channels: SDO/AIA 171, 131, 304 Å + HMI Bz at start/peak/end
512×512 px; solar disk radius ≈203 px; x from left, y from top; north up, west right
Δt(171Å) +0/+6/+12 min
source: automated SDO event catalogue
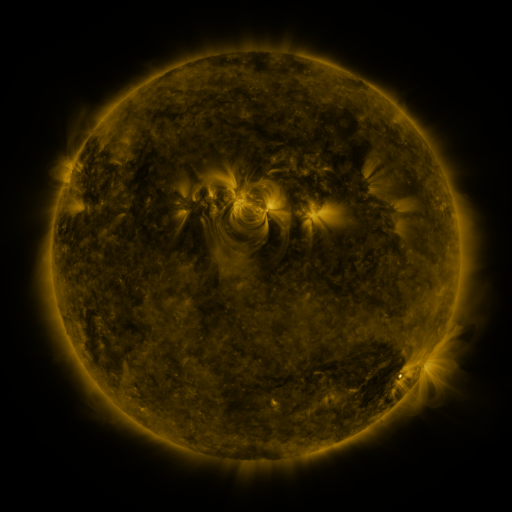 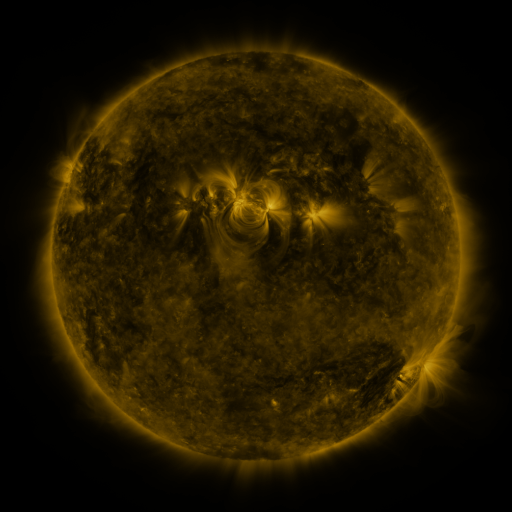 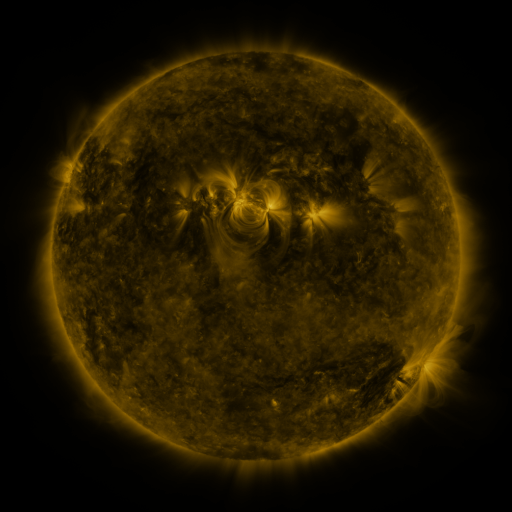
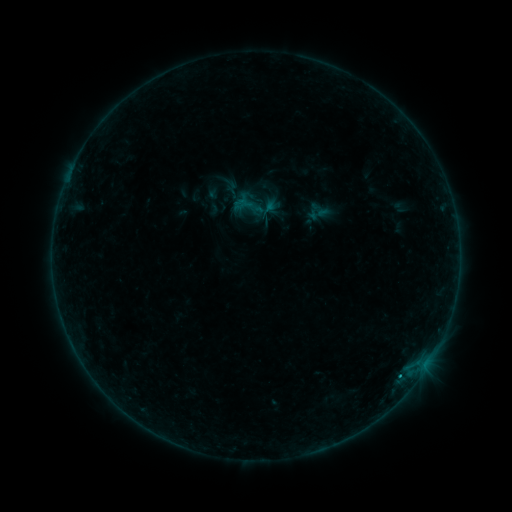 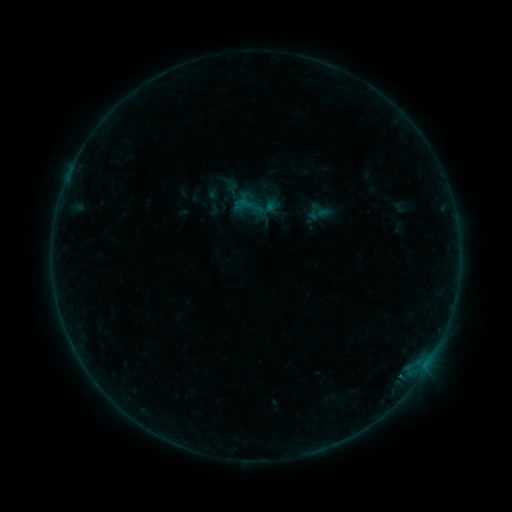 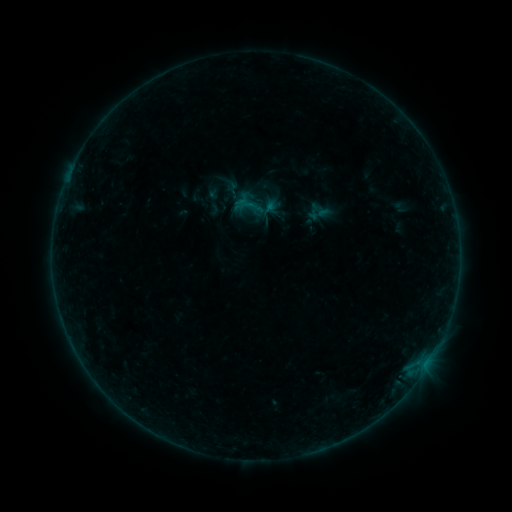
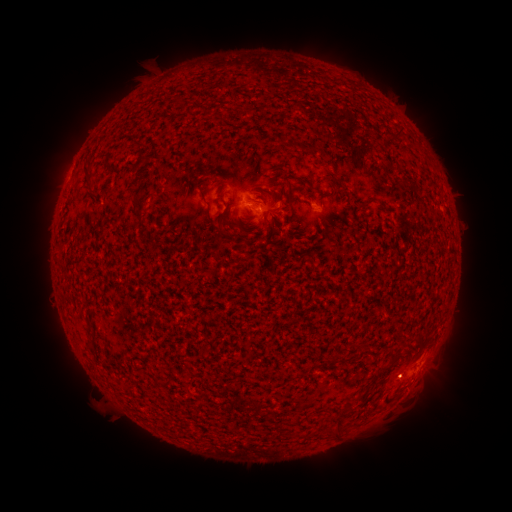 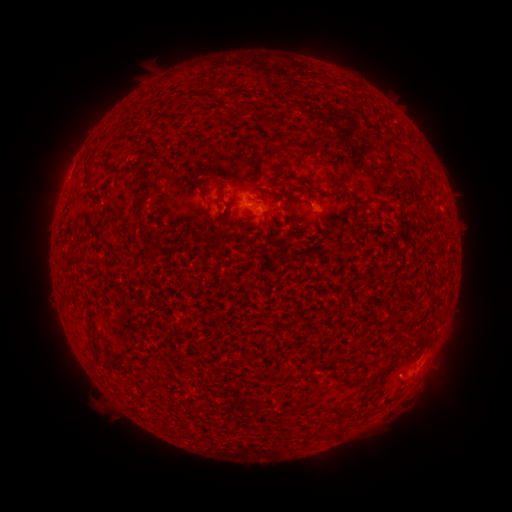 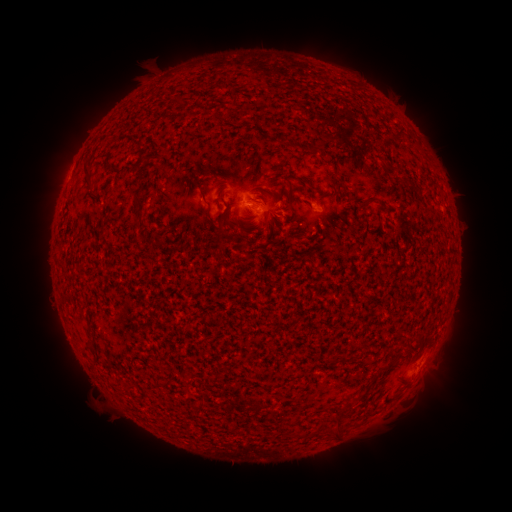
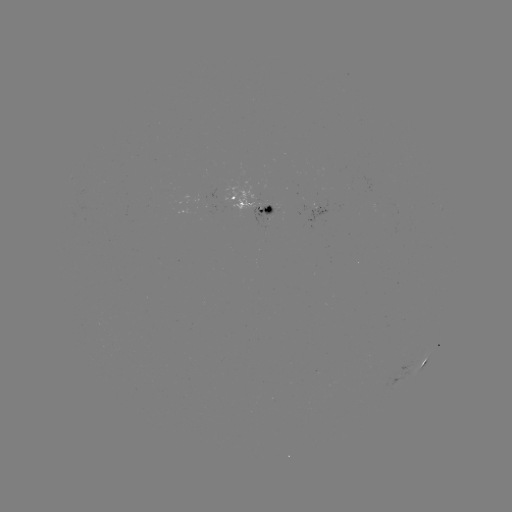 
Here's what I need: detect B2.1 flare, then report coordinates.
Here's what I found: B2.1 flare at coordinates (400, 374).